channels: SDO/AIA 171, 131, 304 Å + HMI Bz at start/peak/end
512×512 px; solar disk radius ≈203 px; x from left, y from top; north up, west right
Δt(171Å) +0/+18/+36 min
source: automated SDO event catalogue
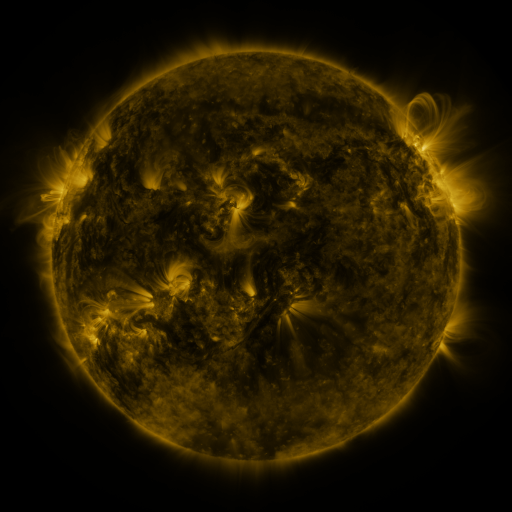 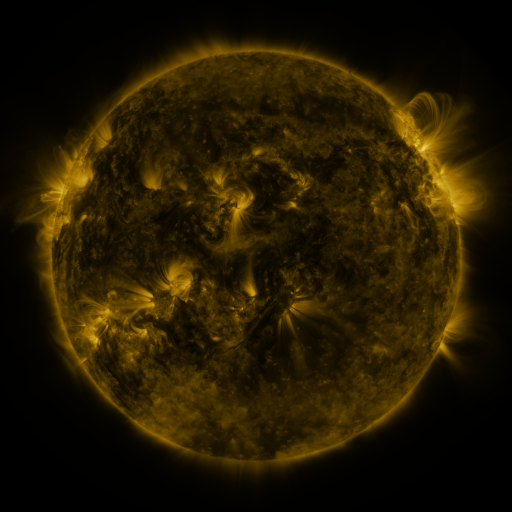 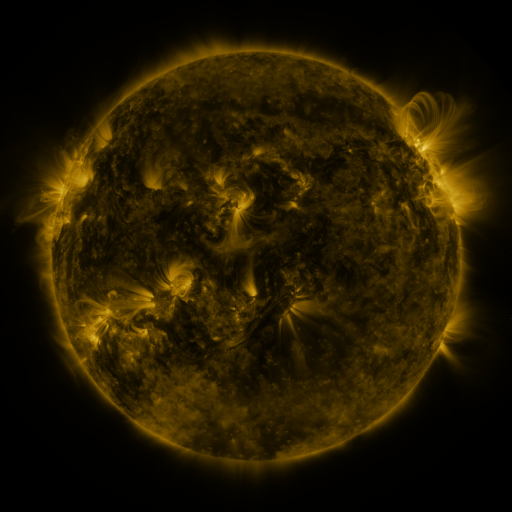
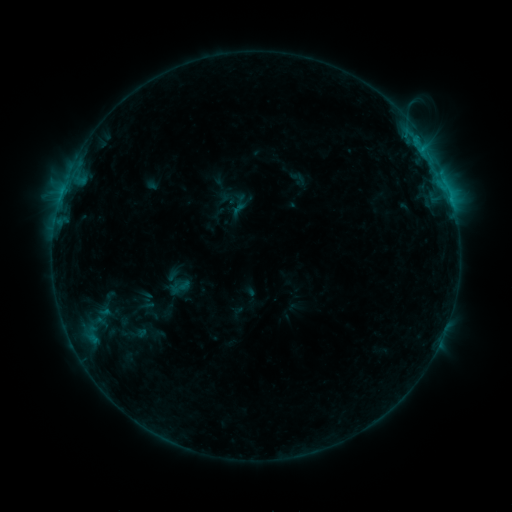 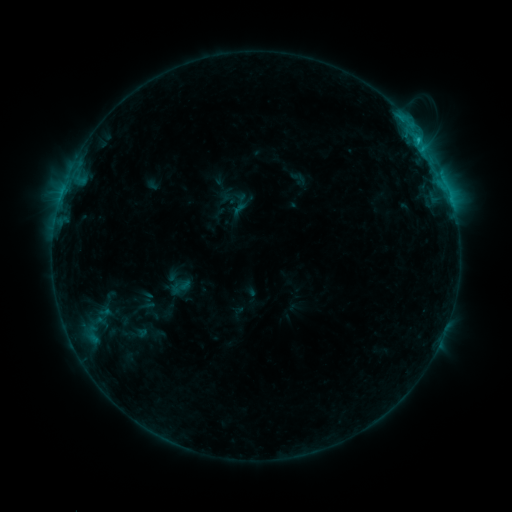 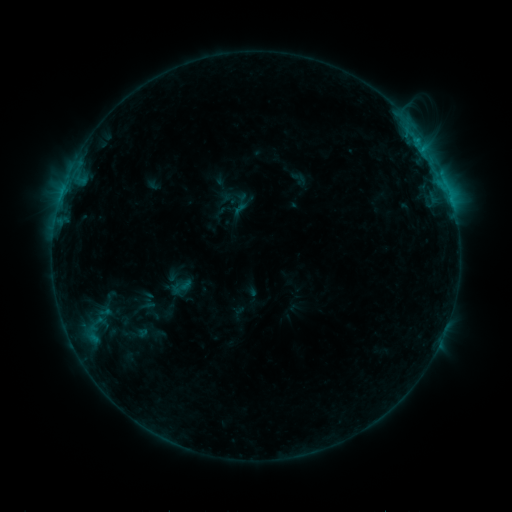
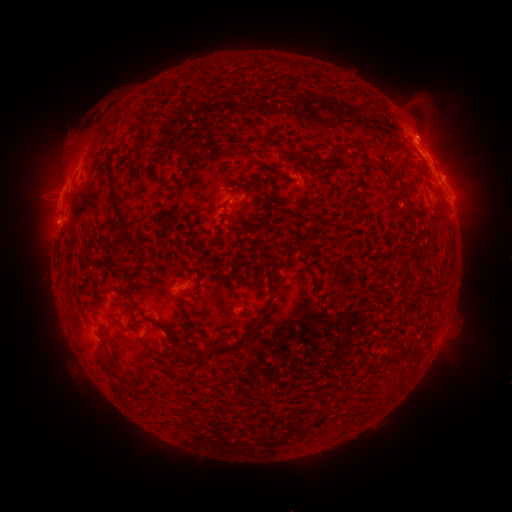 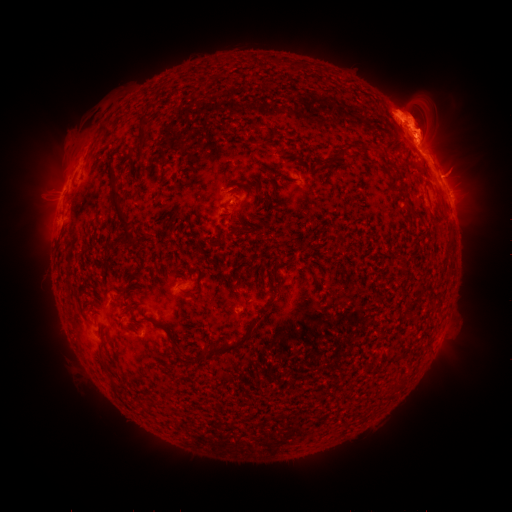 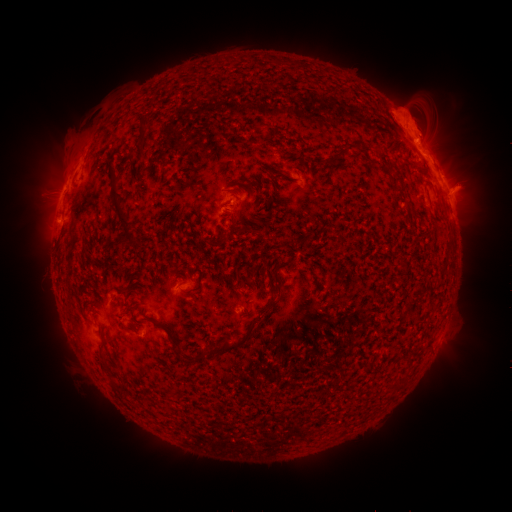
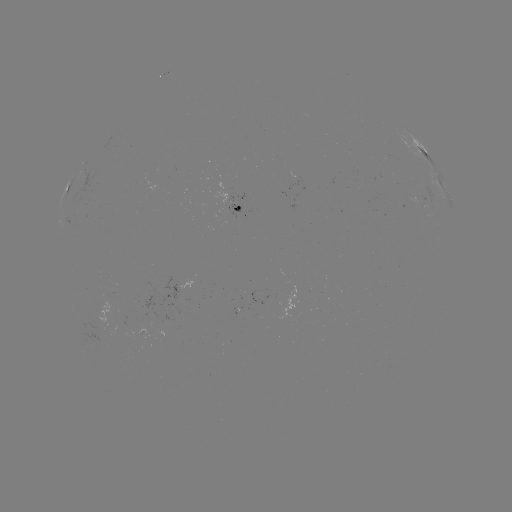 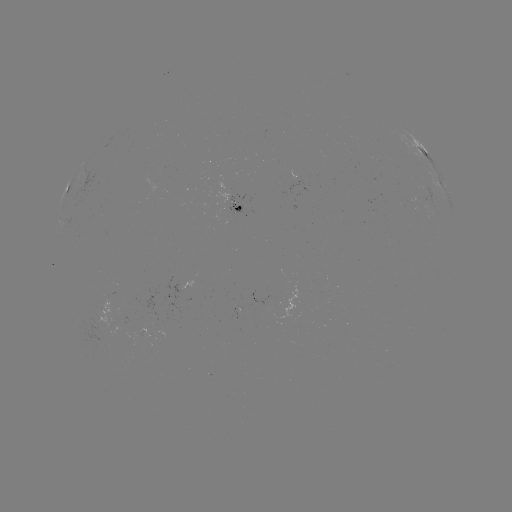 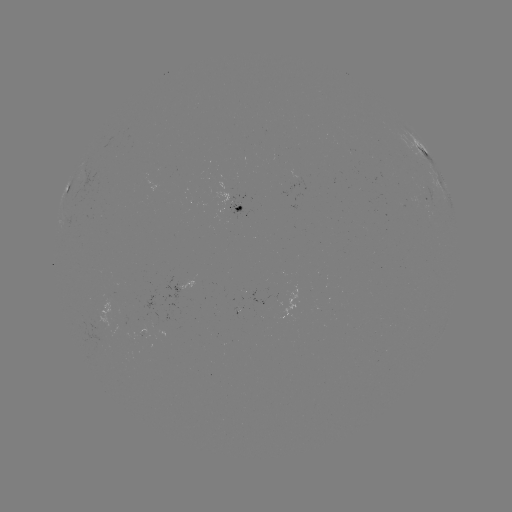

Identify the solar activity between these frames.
eruption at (423, 128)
